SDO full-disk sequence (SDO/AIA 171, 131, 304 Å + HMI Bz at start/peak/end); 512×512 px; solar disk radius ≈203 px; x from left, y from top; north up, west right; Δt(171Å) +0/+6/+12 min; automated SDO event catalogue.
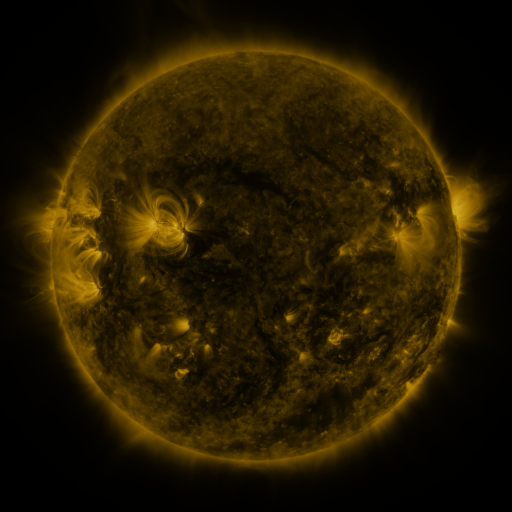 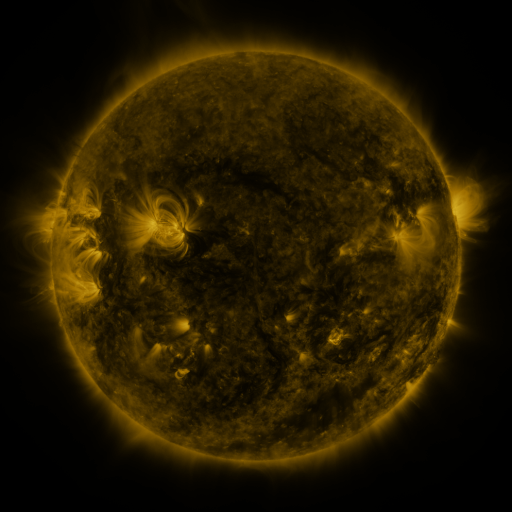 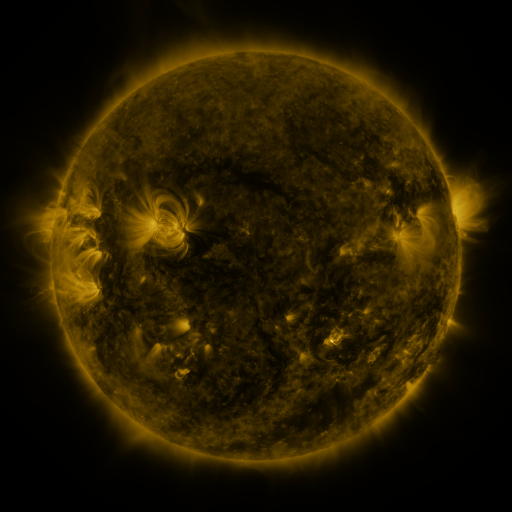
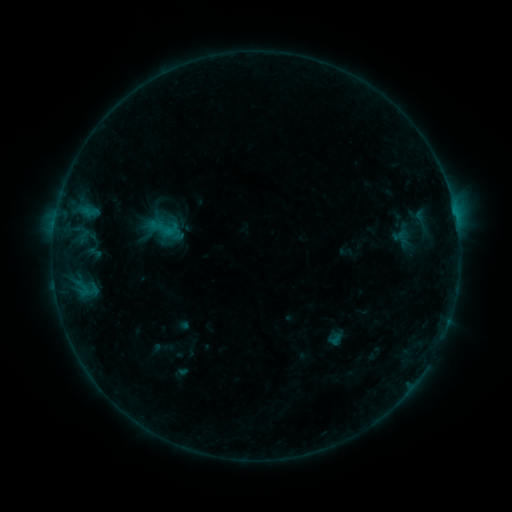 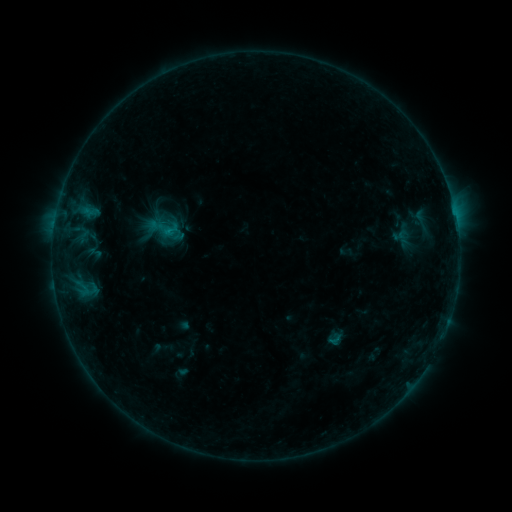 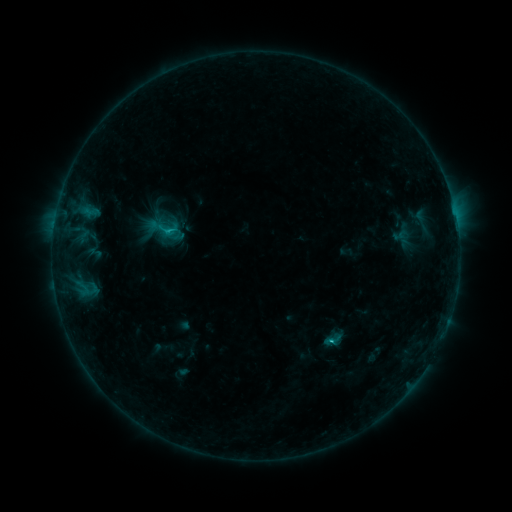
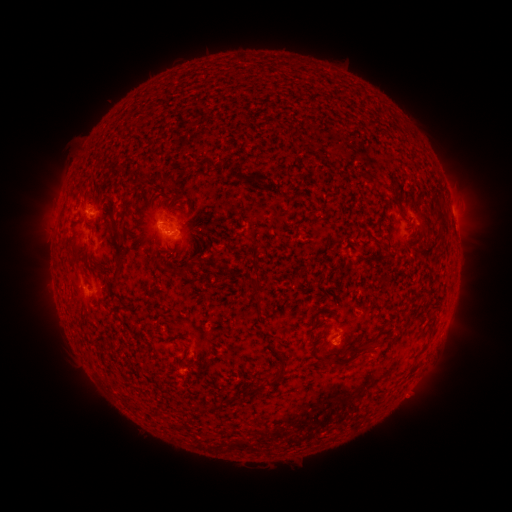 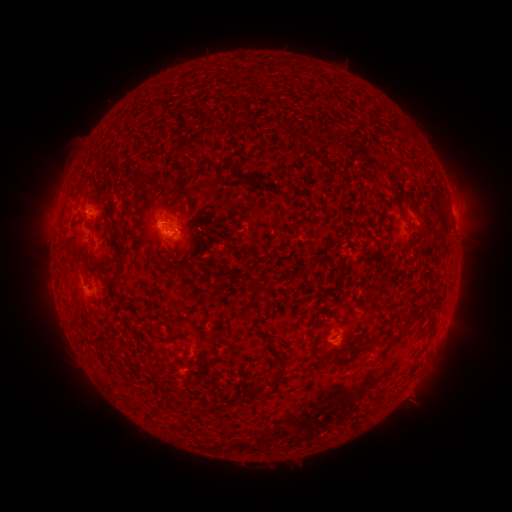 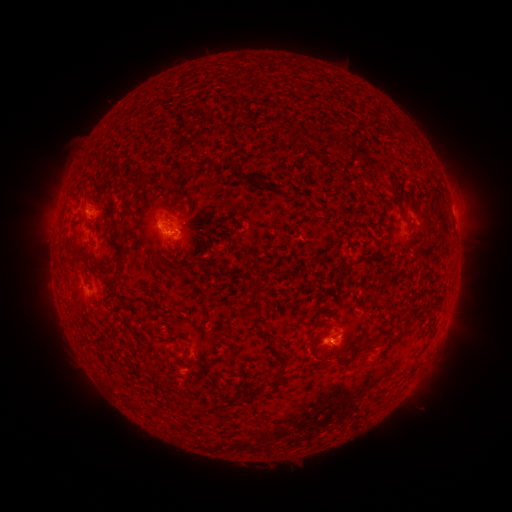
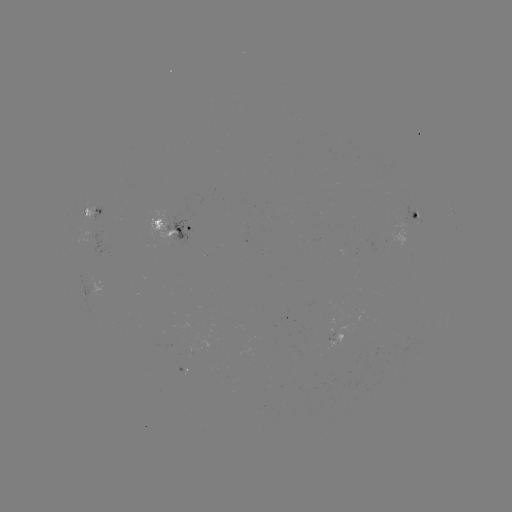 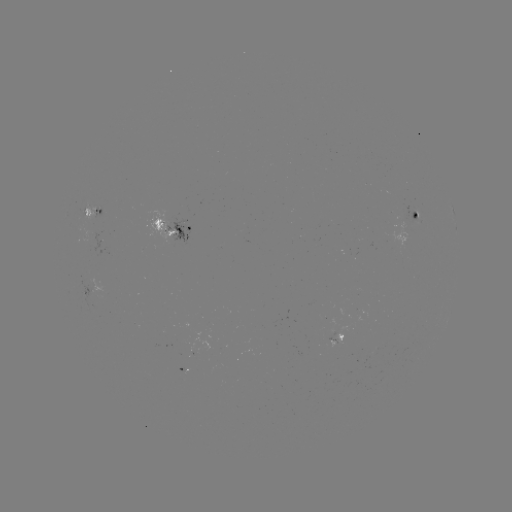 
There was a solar eruption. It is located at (336, 347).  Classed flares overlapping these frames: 1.